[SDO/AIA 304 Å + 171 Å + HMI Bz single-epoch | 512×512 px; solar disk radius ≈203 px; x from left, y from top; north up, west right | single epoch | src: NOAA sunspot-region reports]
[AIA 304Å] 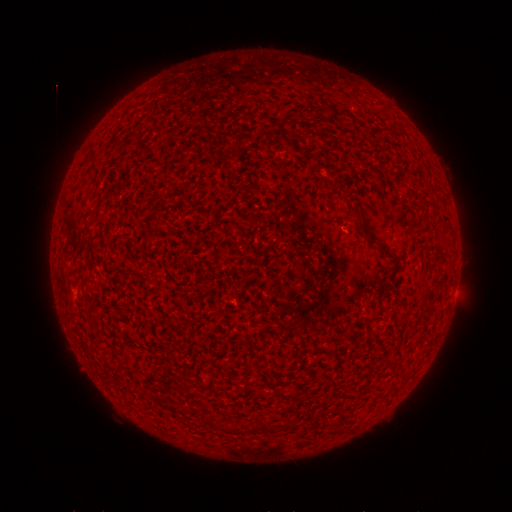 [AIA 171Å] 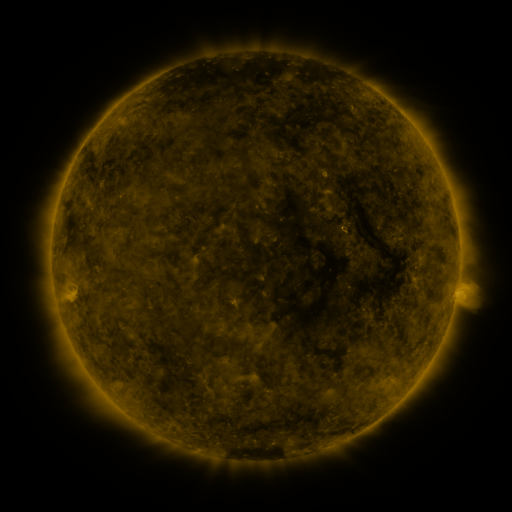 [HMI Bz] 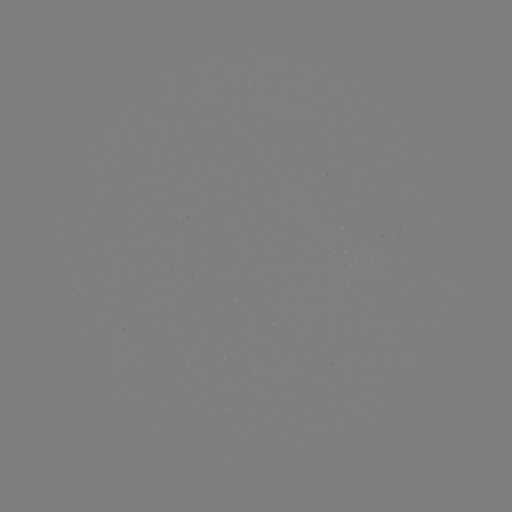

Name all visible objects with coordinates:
(none)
